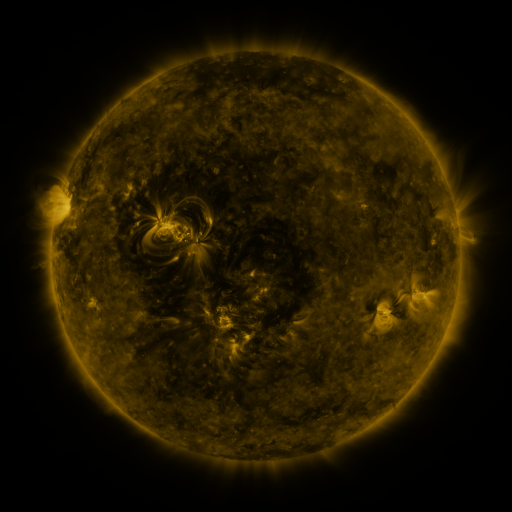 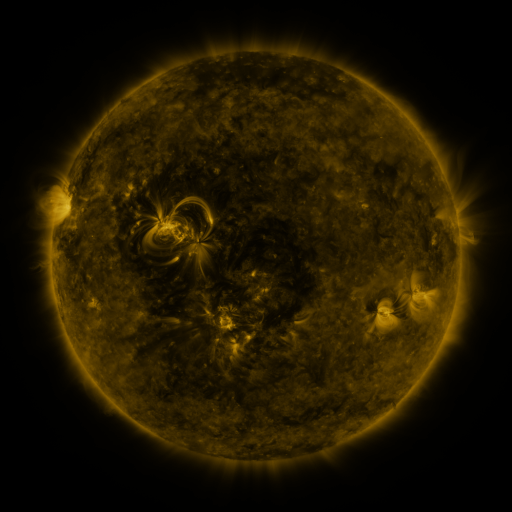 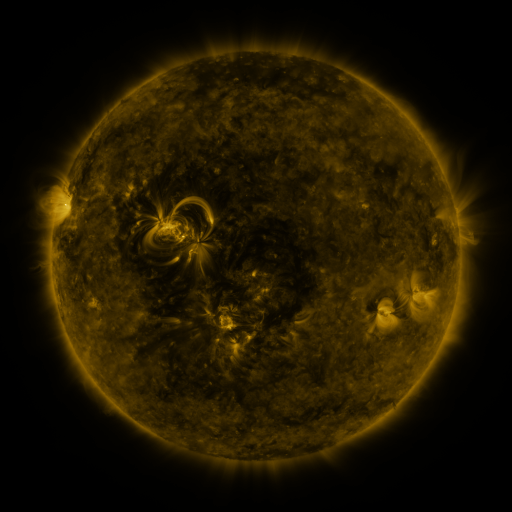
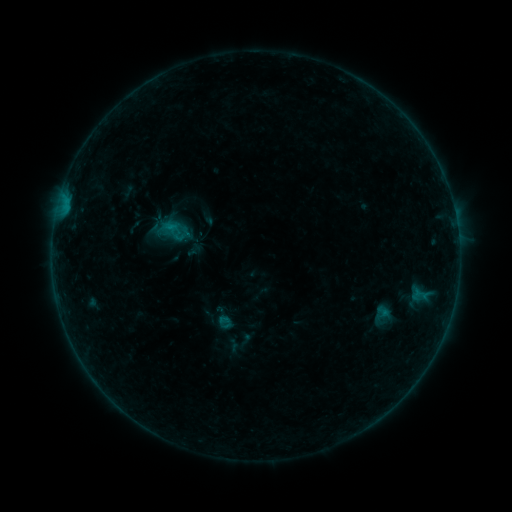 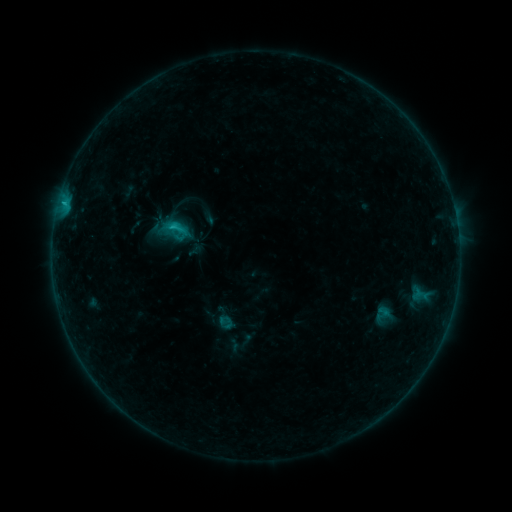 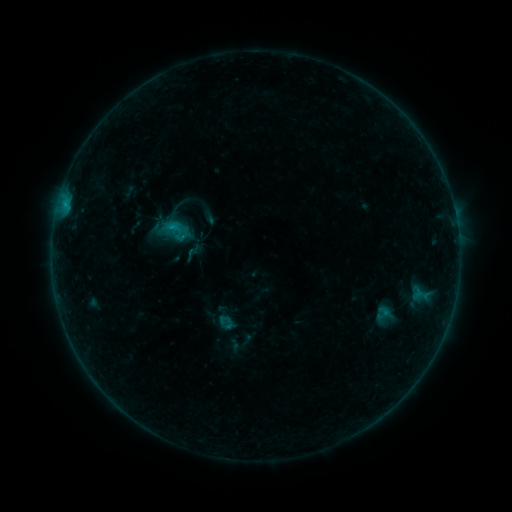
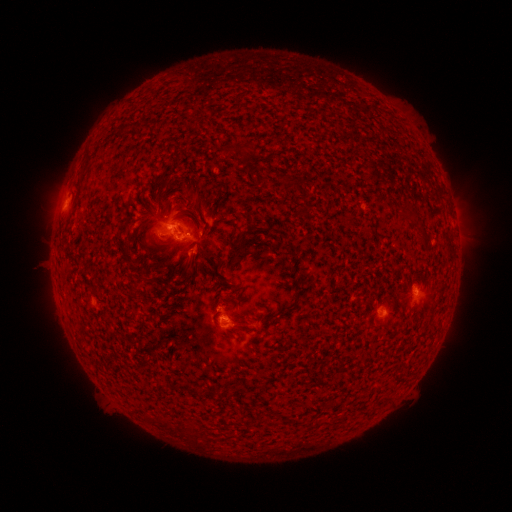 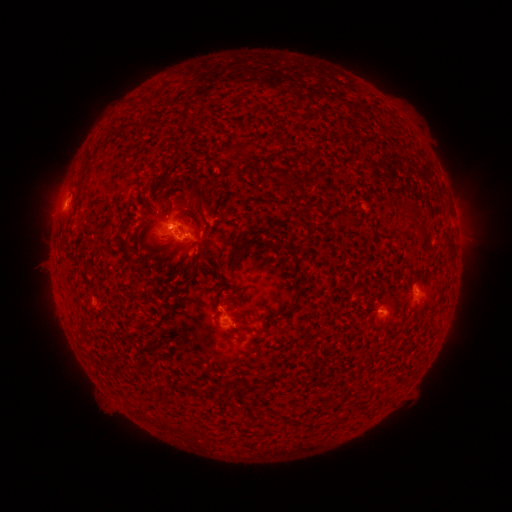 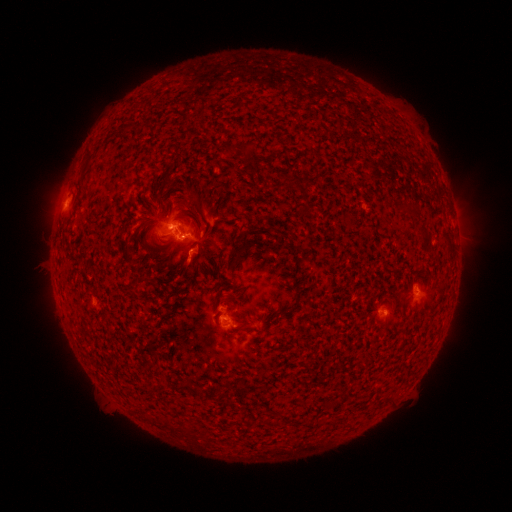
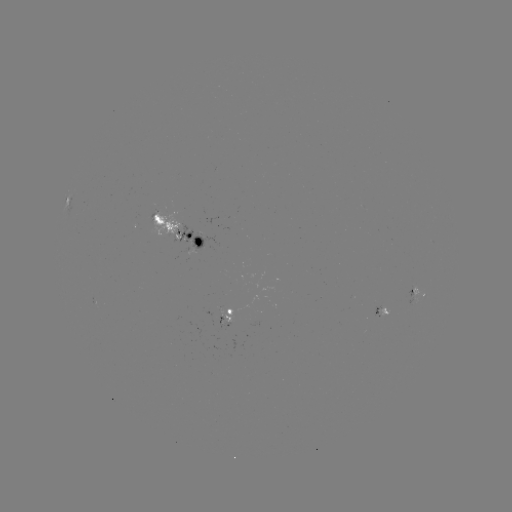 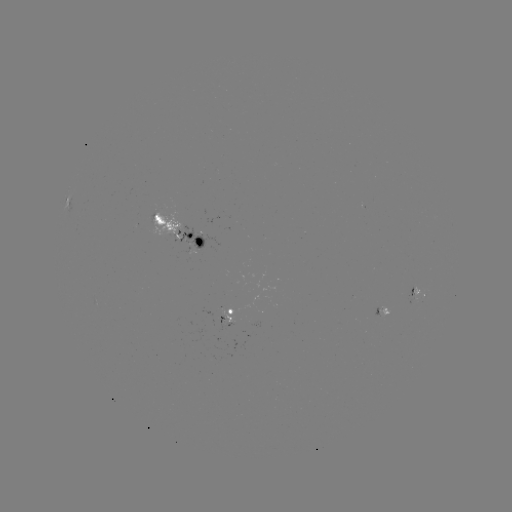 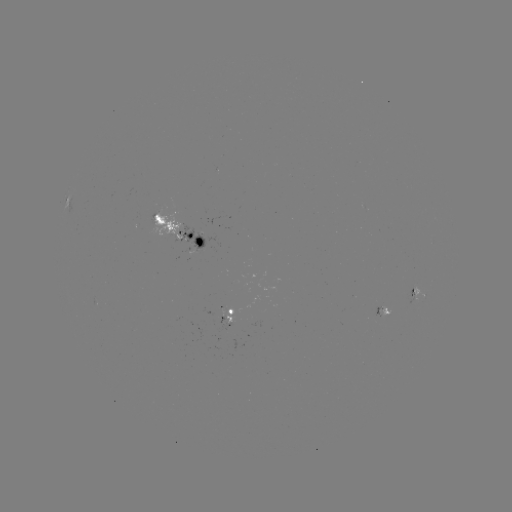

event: flare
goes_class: C1.0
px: (175, 229)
